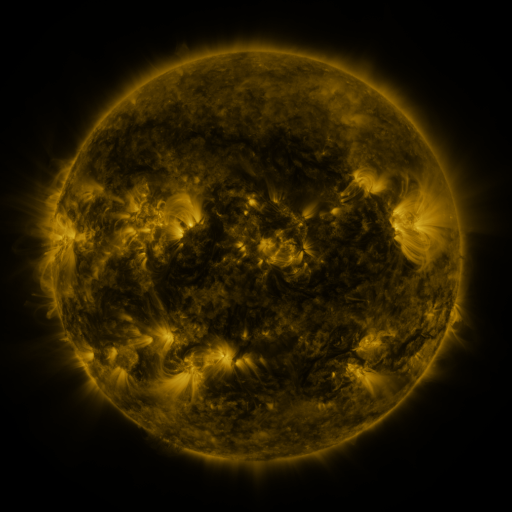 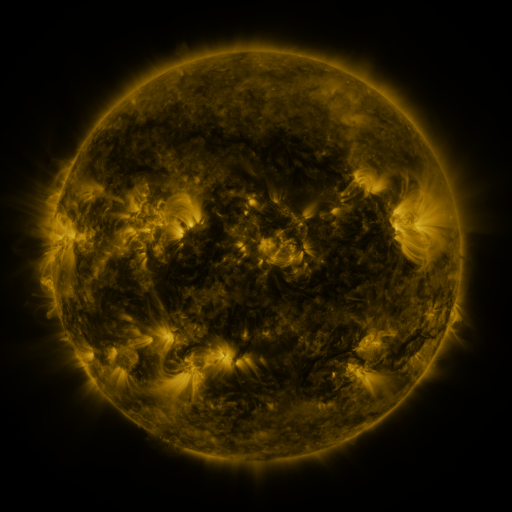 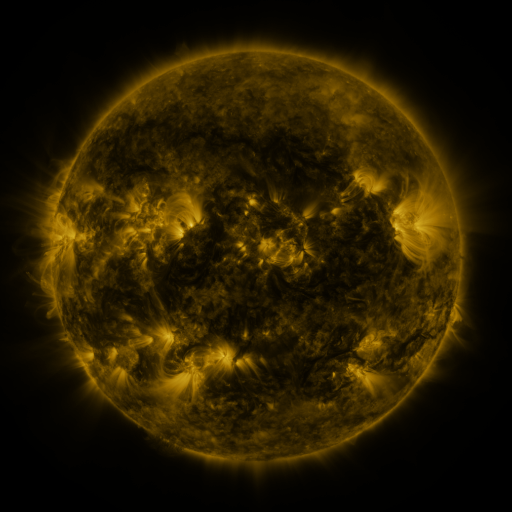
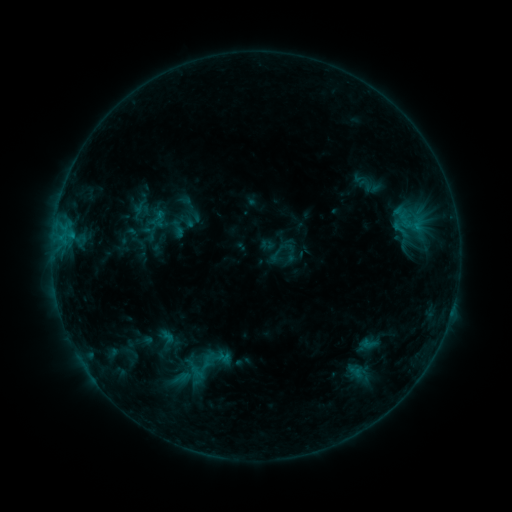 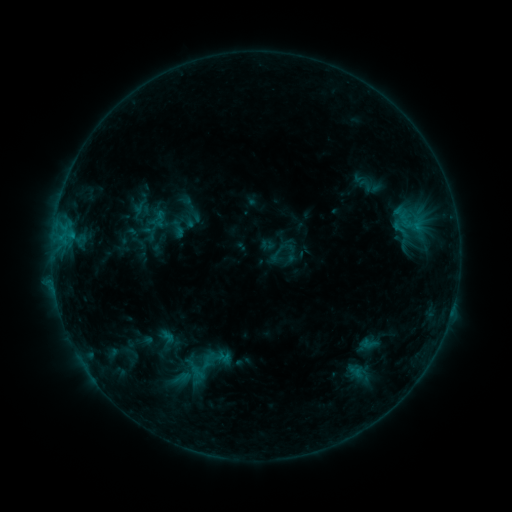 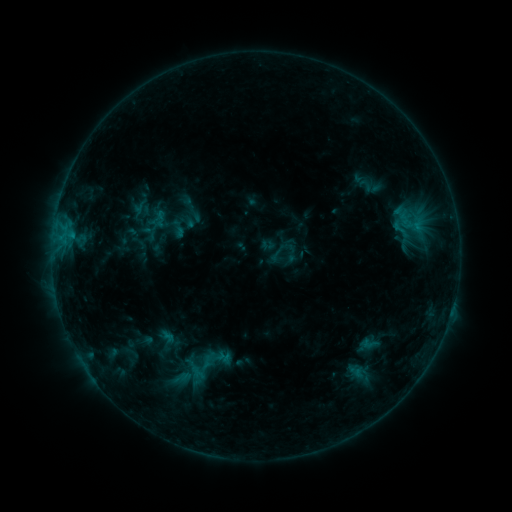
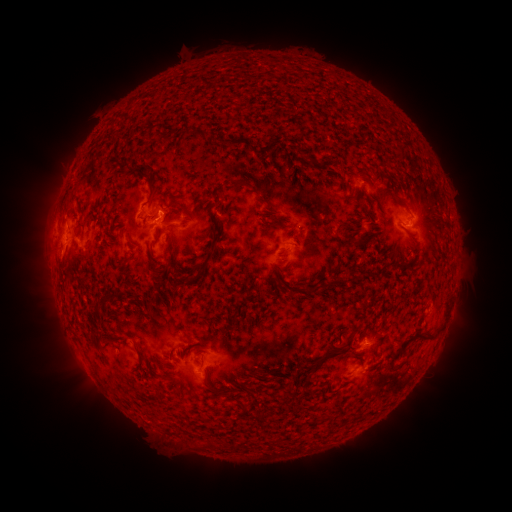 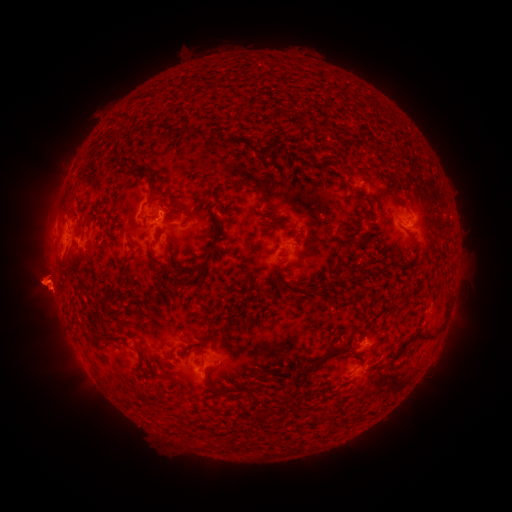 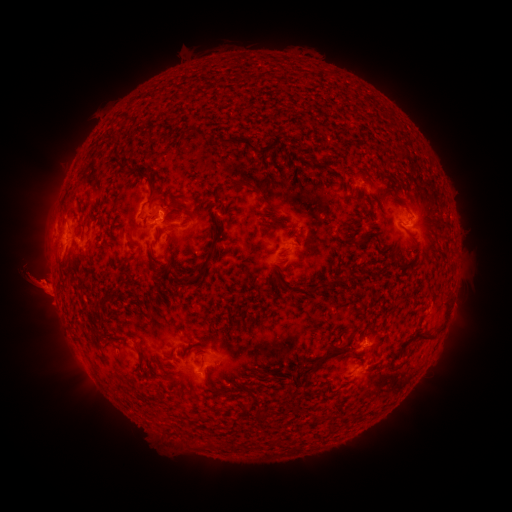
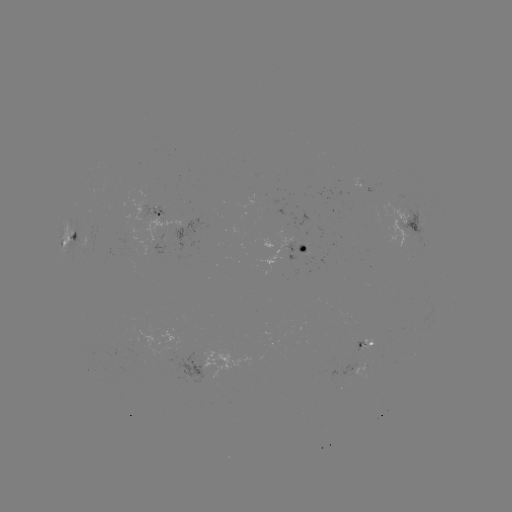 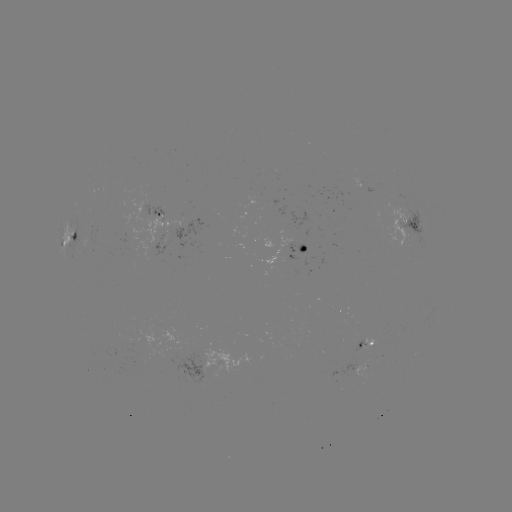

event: eruption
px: (43, 286)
